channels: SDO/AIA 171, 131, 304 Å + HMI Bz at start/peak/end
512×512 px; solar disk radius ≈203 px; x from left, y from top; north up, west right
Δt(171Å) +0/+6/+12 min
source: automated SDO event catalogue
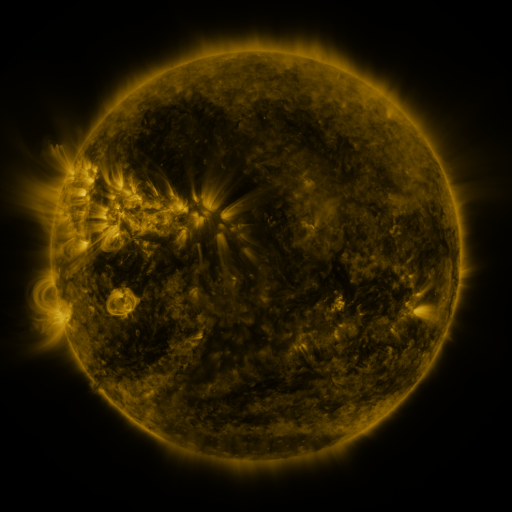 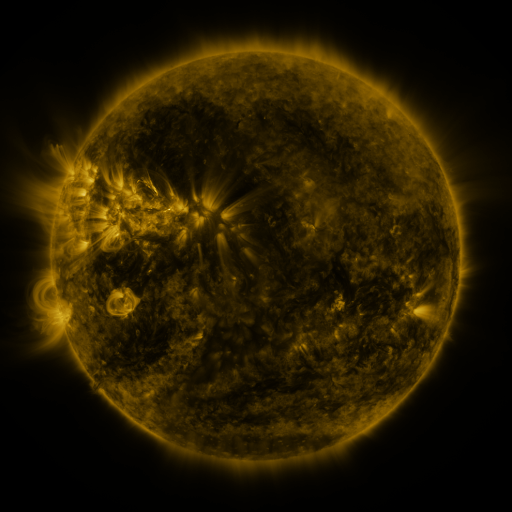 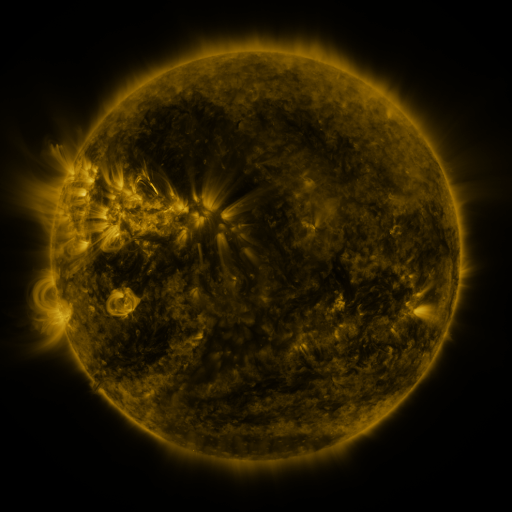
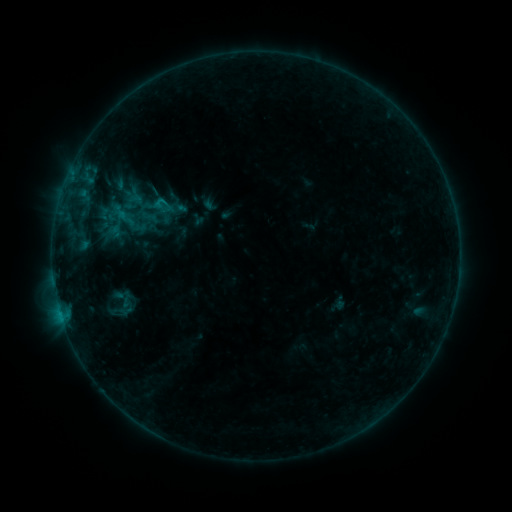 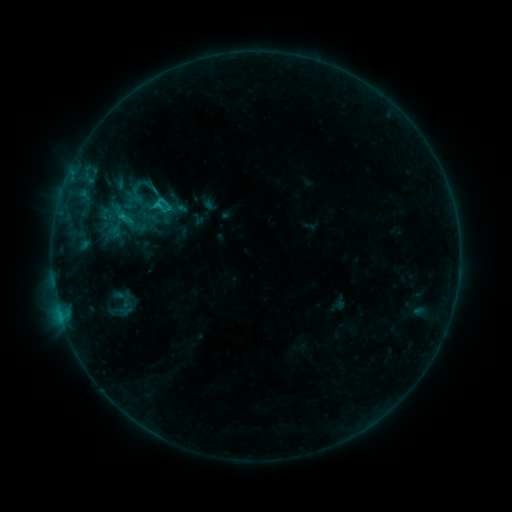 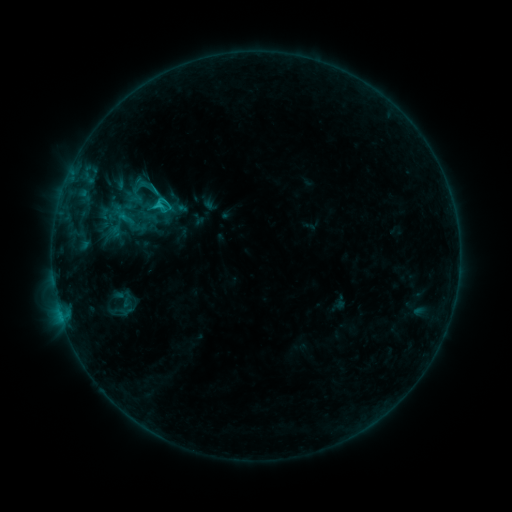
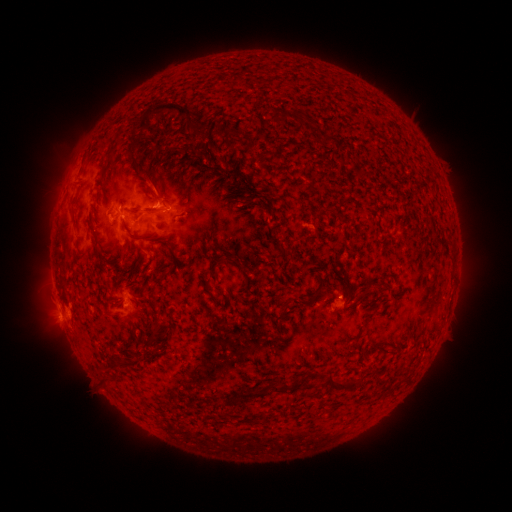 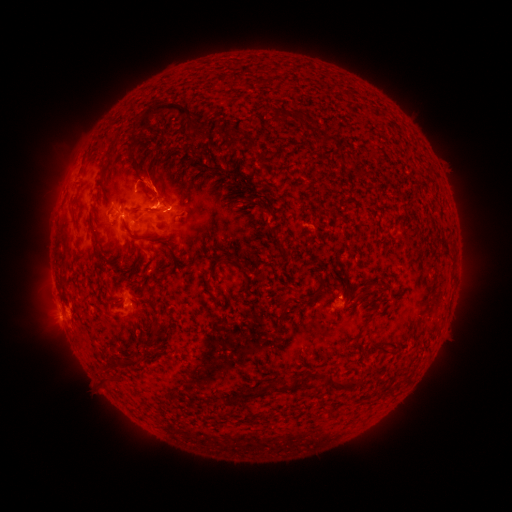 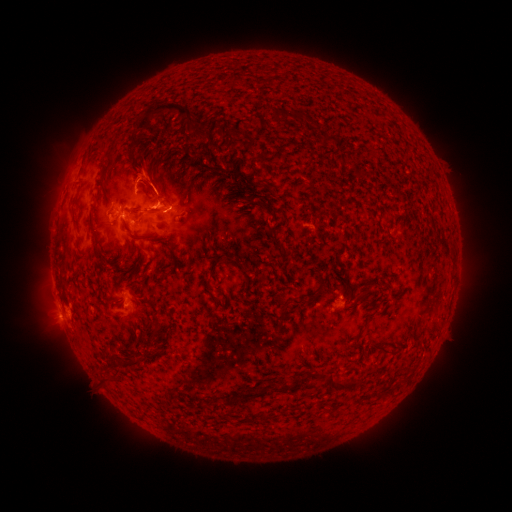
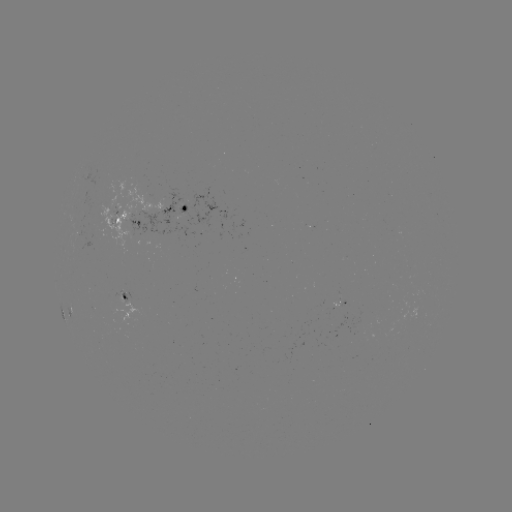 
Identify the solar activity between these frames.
eruption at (151, 178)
